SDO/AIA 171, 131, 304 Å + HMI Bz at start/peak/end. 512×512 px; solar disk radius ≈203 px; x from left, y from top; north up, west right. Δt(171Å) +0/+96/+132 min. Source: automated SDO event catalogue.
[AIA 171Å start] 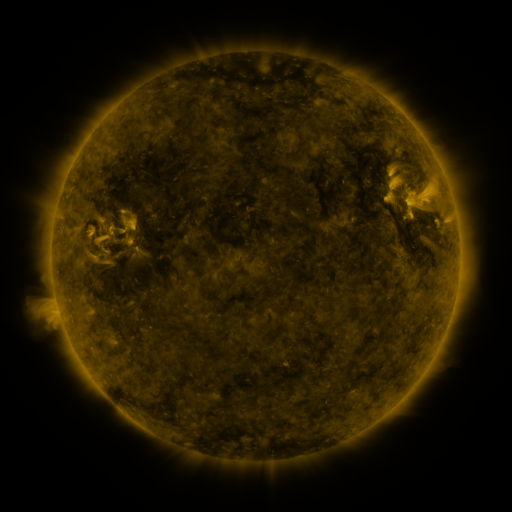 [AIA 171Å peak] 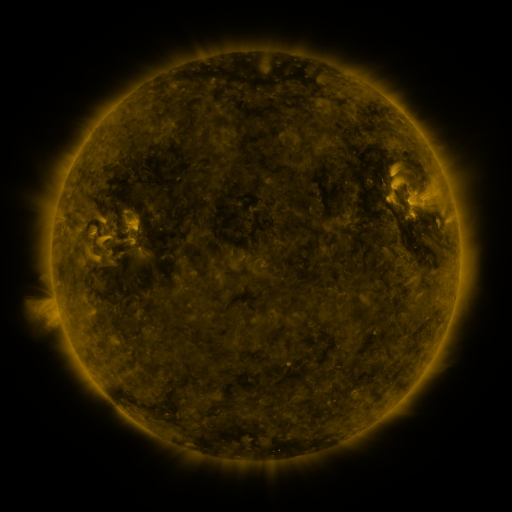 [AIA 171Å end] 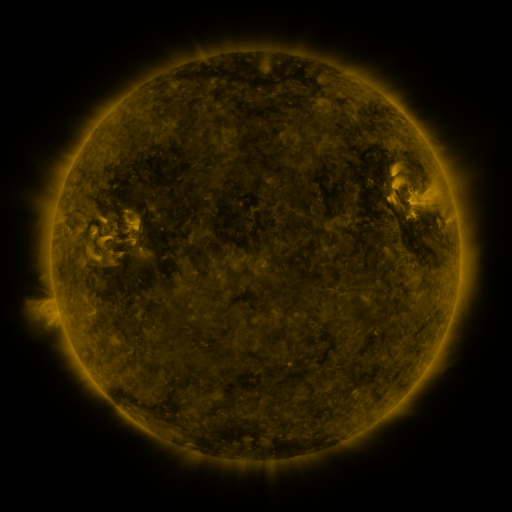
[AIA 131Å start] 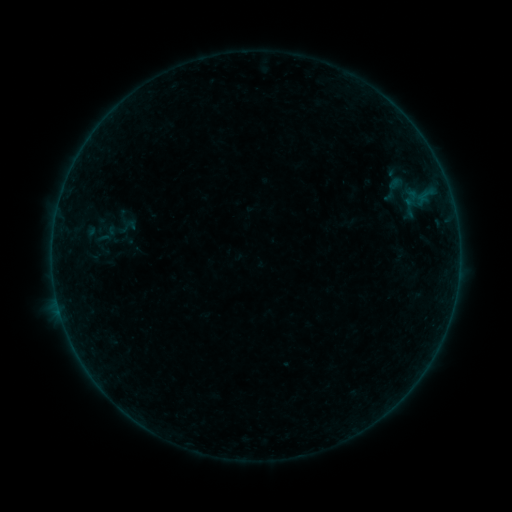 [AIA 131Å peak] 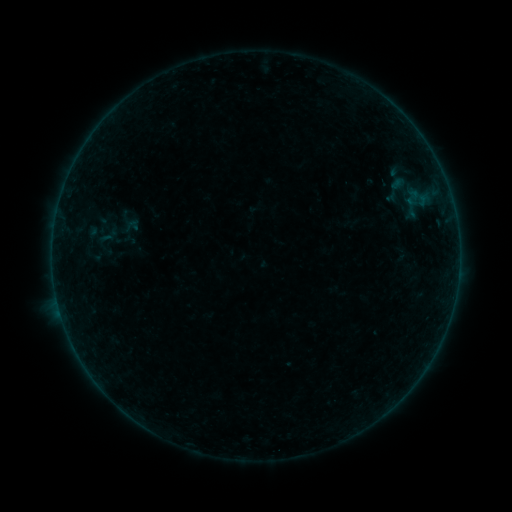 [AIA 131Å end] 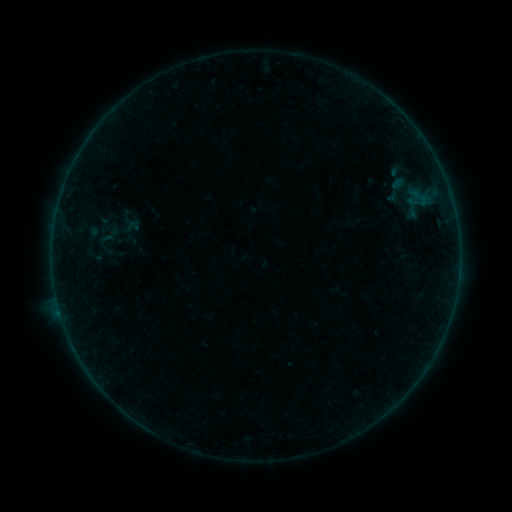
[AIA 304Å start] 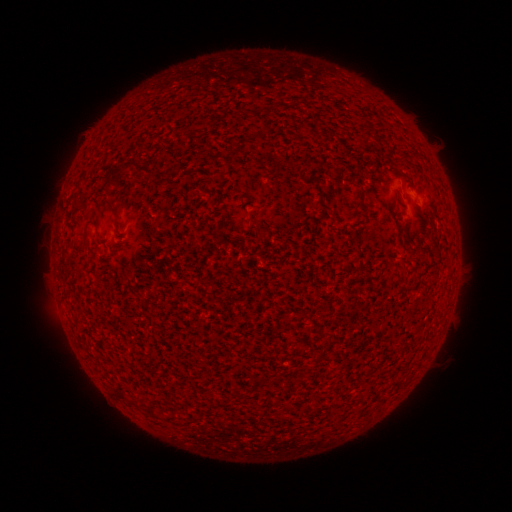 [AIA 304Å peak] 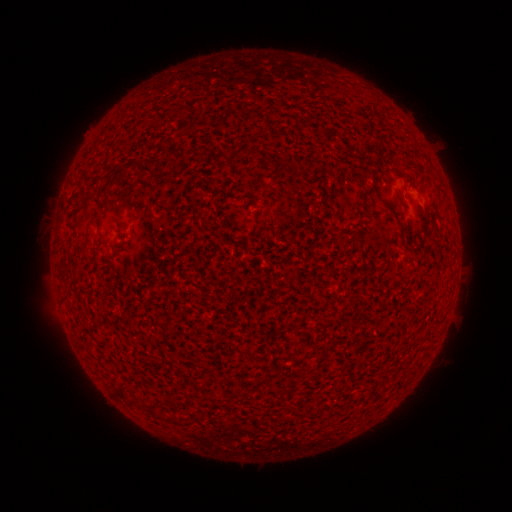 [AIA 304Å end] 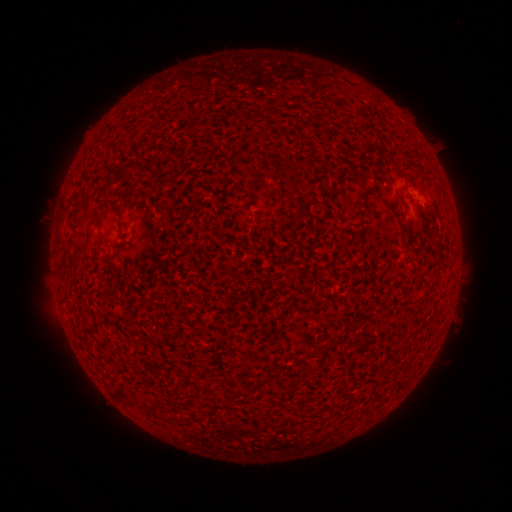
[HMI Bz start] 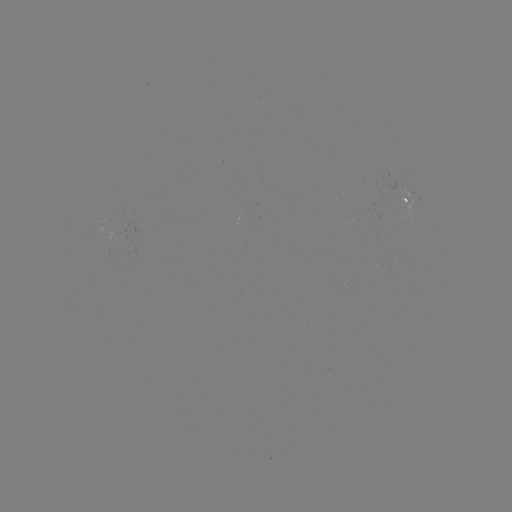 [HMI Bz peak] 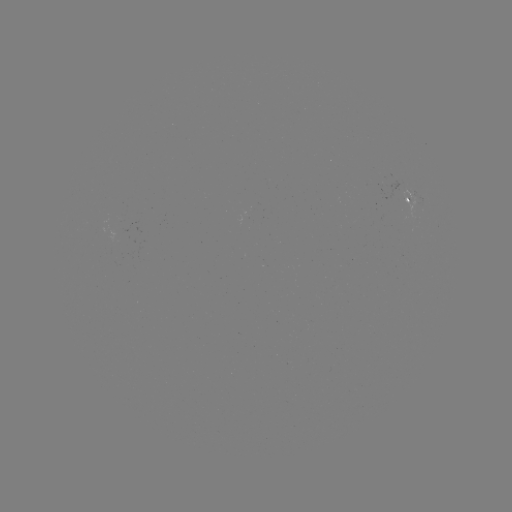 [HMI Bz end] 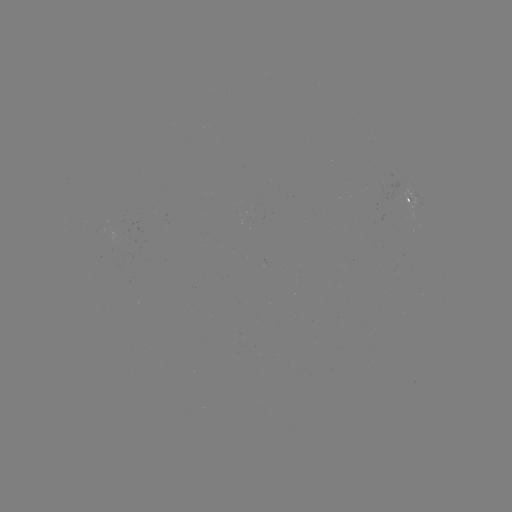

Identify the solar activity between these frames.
emerging-flux region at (124, 230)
